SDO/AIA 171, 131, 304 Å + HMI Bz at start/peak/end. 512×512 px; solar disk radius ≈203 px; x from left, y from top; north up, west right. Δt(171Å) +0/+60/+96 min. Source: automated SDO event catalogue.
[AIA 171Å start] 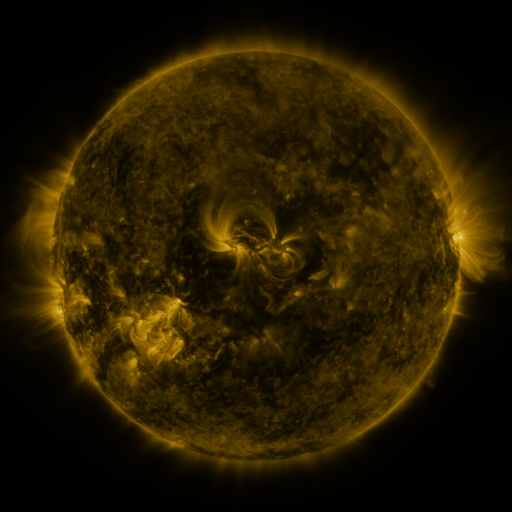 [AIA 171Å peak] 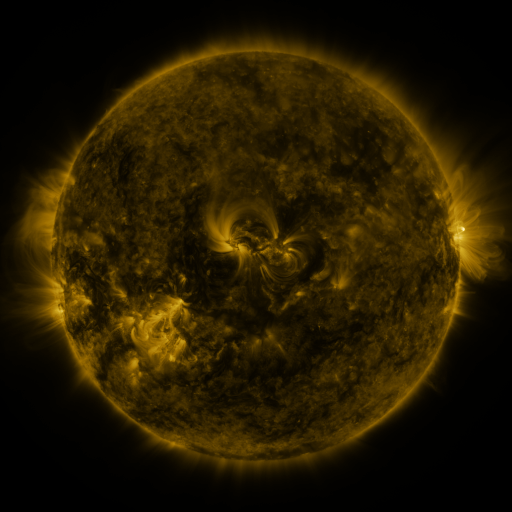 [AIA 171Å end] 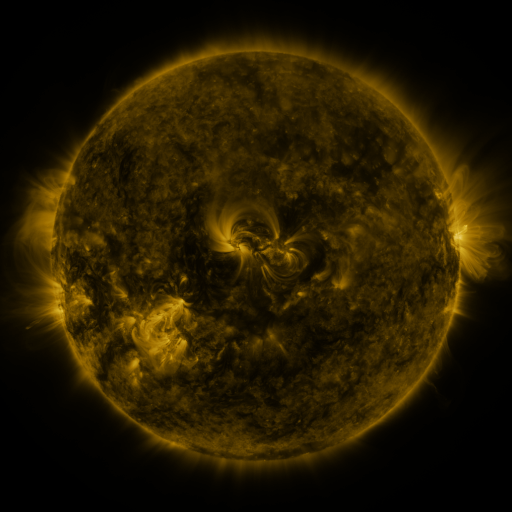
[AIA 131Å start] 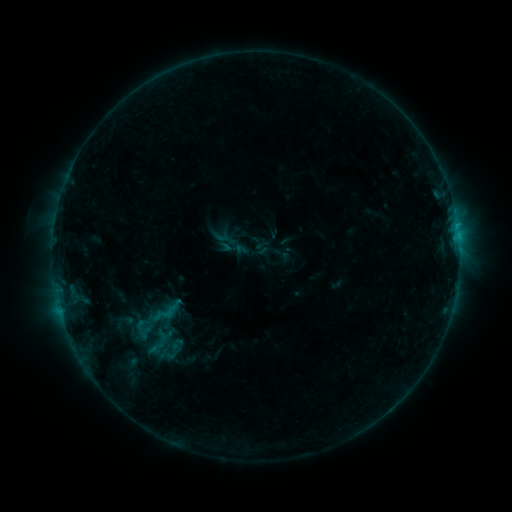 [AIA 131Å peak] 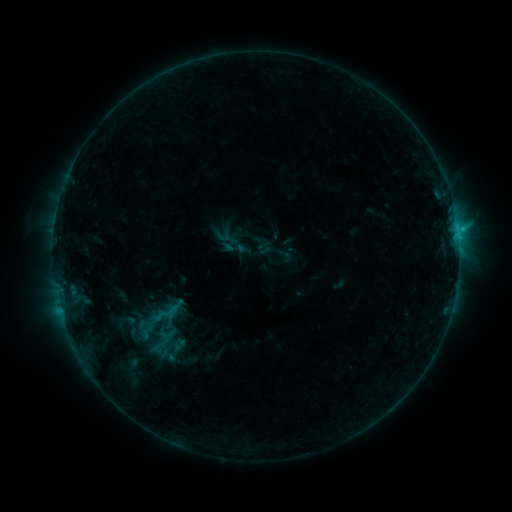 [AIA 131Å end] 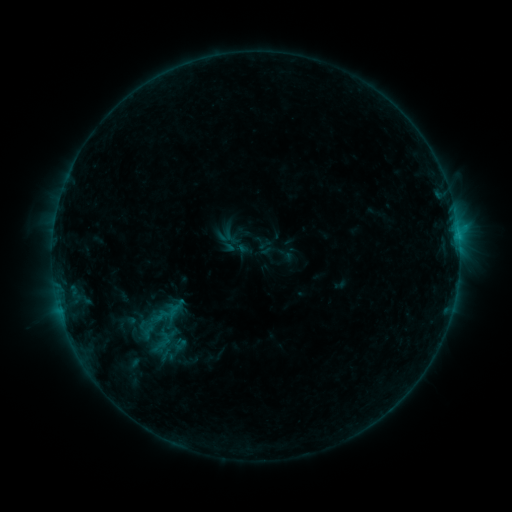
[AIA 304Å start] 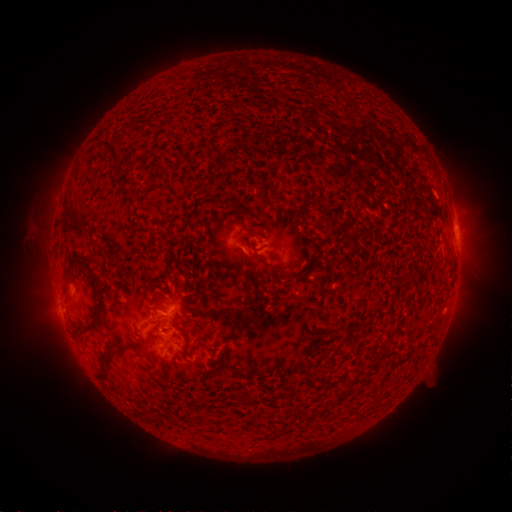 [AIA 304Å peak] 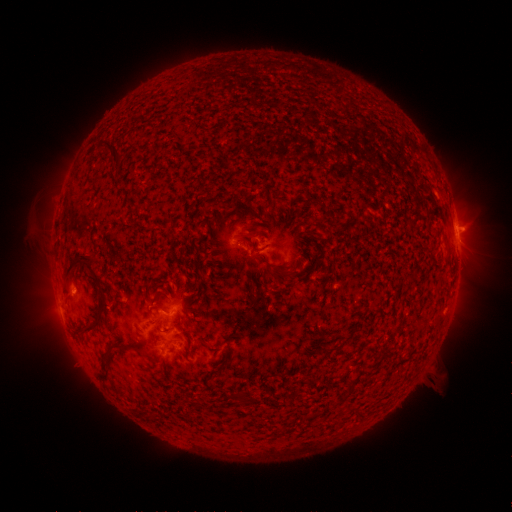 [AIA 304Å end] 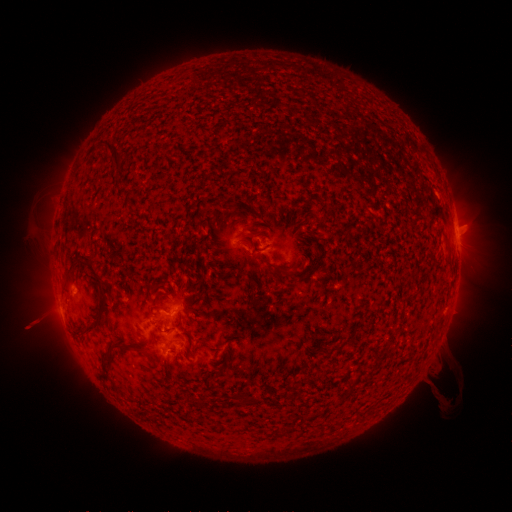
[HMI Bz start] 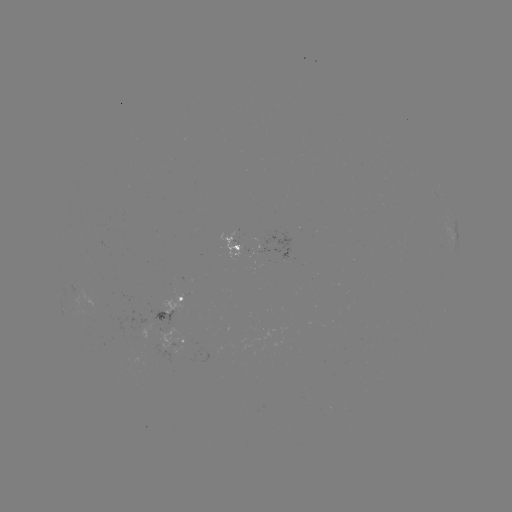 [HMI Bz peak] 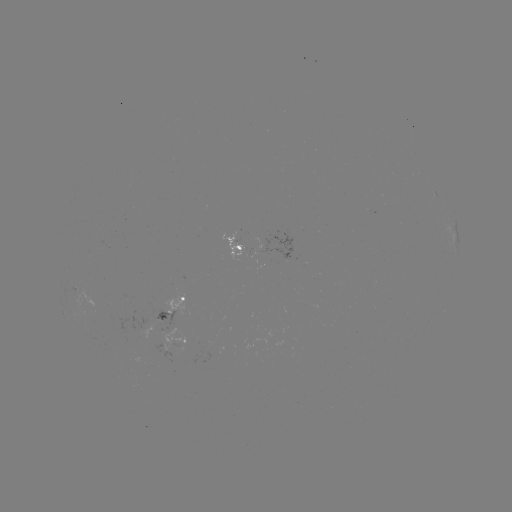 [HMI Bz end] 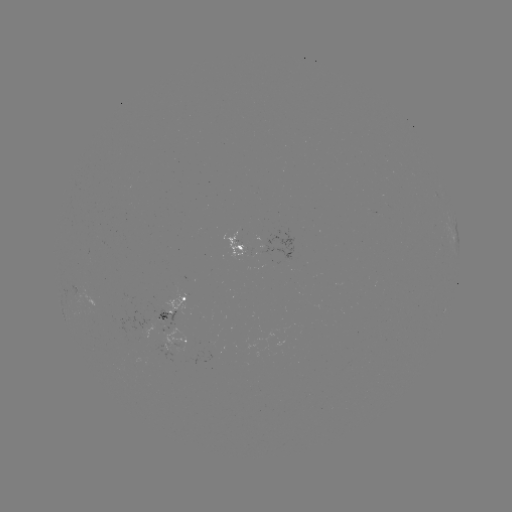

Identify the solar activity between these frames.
emerging-flux region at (135, 362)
